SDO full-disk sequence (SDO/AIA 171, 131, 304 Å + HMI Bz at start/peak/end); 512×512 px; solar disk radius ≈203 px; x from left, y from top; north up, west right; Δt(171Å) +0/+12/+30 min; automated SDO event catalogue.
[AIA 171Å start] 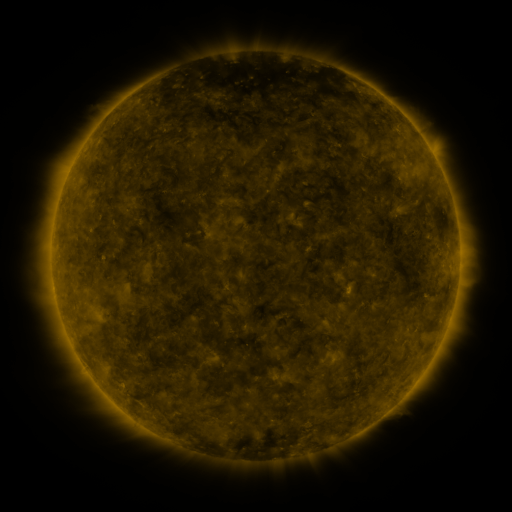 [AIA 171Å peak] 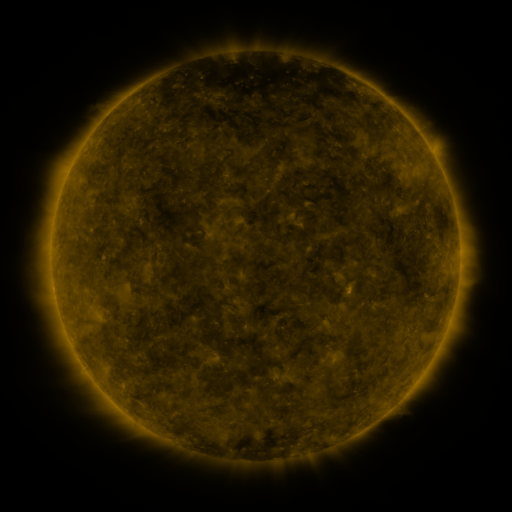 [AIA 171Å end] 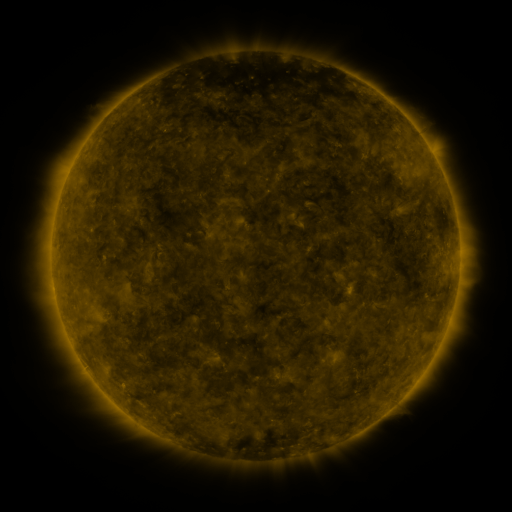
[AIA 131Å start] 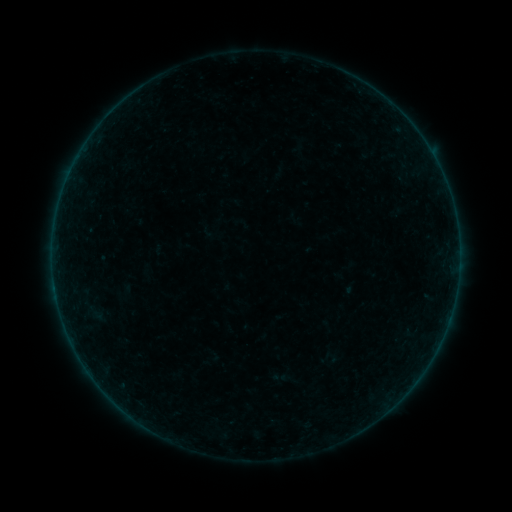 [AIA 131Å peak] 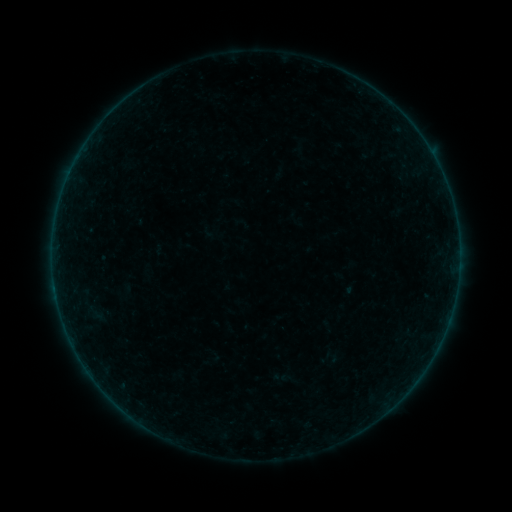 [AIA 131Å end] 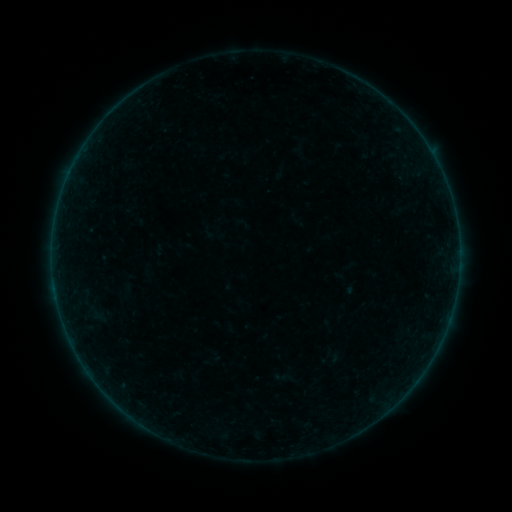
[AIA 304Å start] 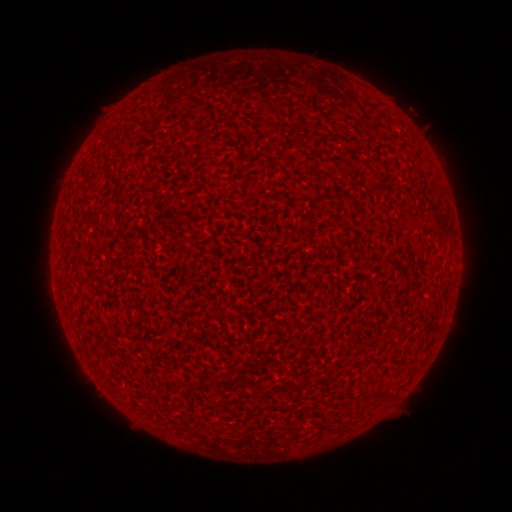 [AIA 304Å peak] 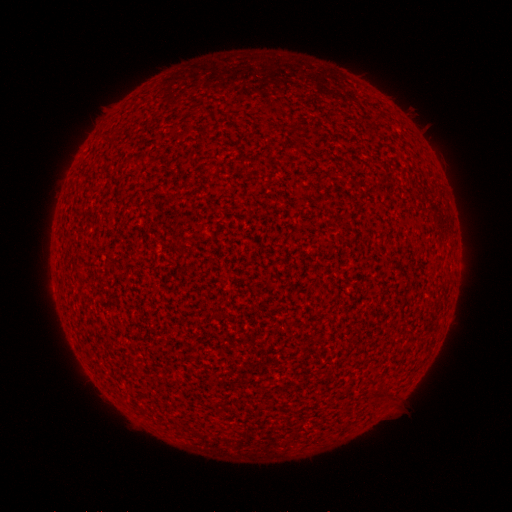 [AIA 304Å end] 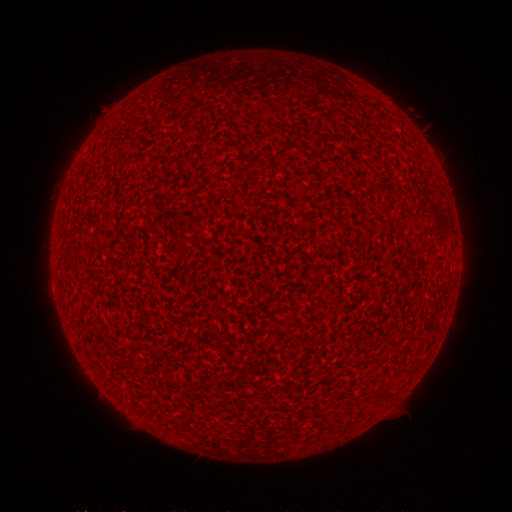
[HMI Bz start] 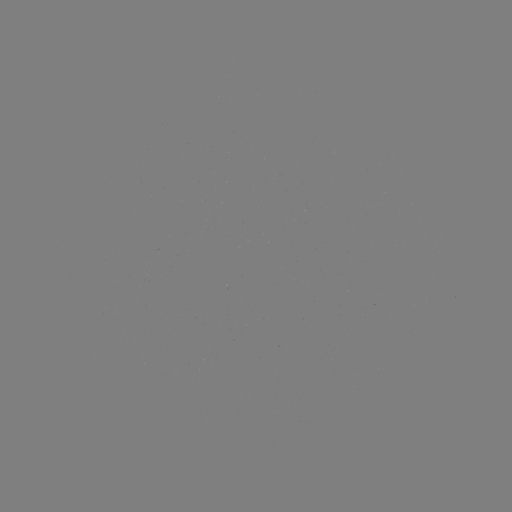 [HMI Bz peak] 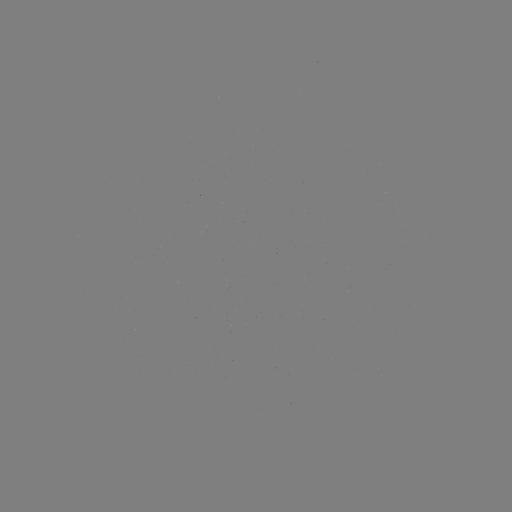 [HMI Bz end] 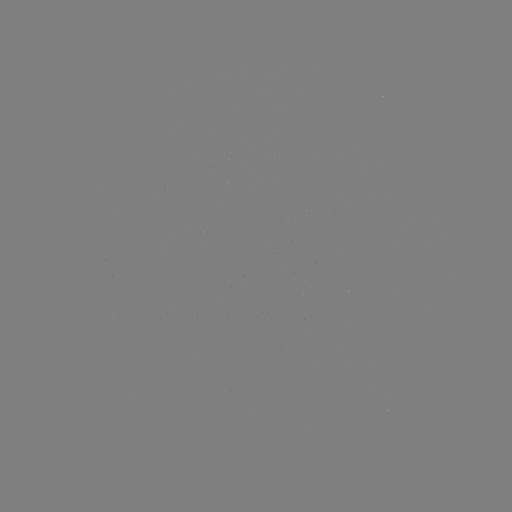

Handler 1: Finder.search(A8.4 flare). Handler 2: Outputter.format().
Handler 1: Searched A8.4 flare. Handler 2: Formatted [76, 162].